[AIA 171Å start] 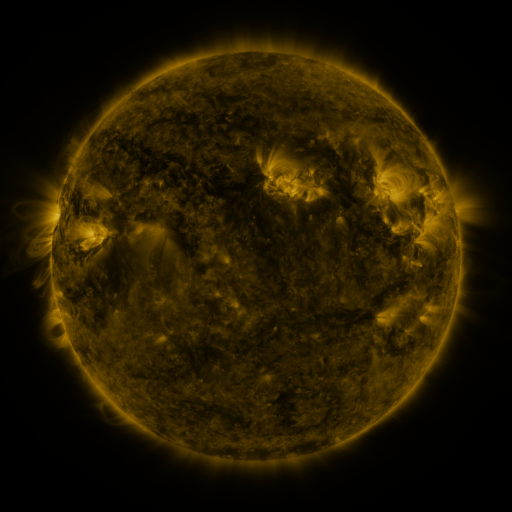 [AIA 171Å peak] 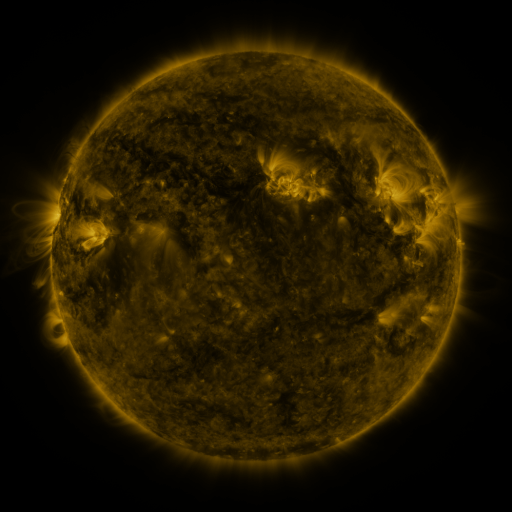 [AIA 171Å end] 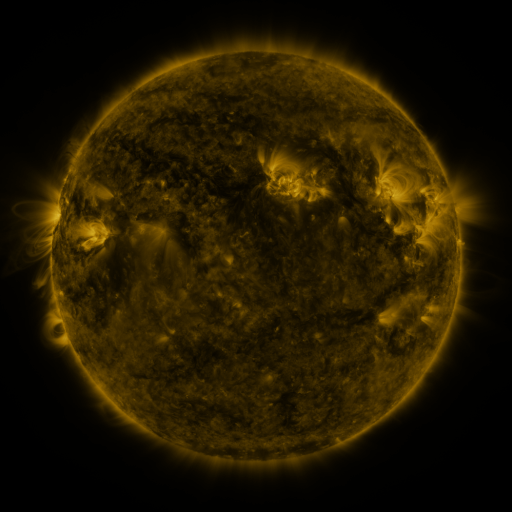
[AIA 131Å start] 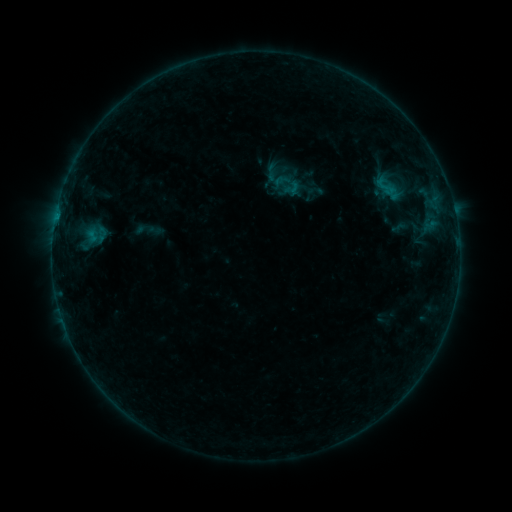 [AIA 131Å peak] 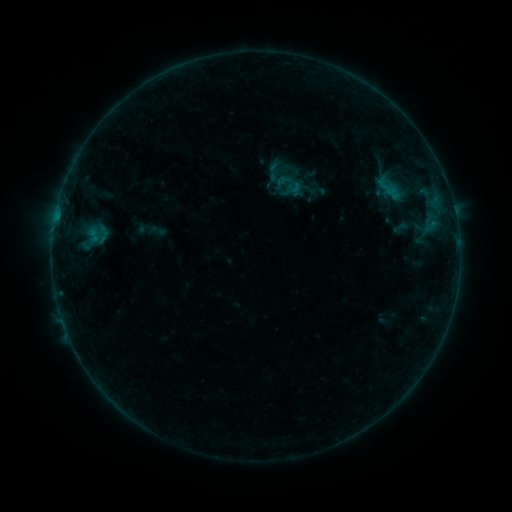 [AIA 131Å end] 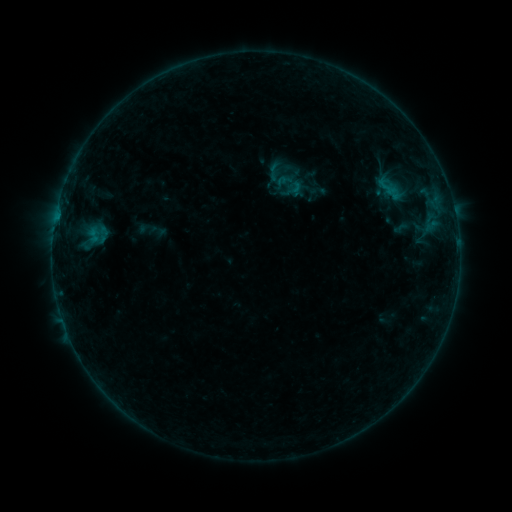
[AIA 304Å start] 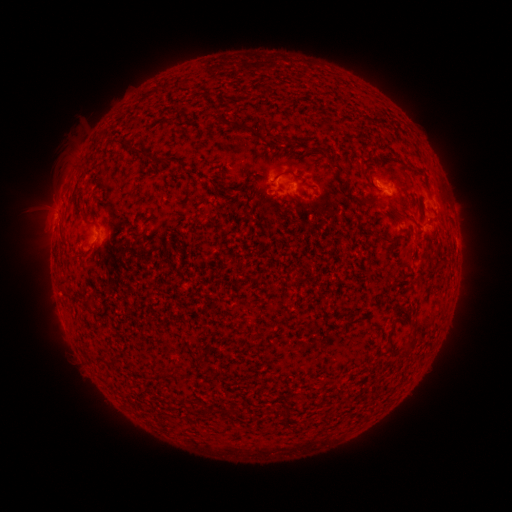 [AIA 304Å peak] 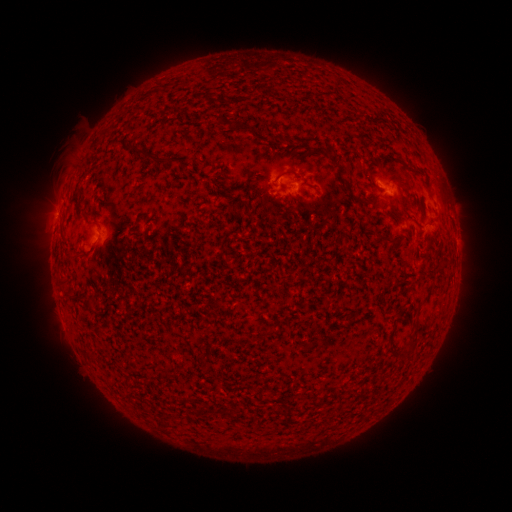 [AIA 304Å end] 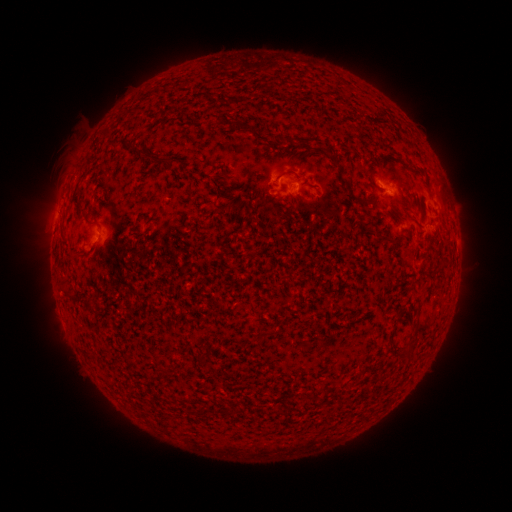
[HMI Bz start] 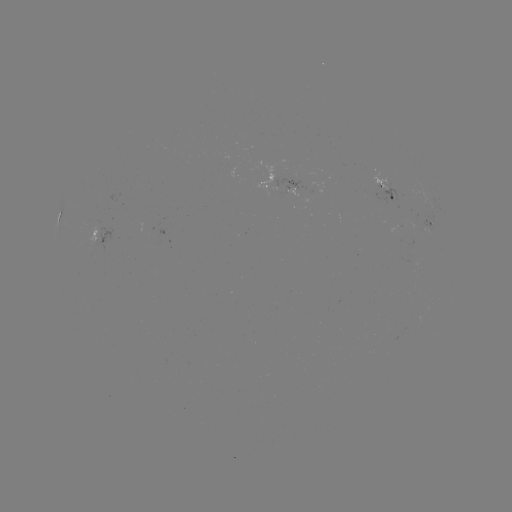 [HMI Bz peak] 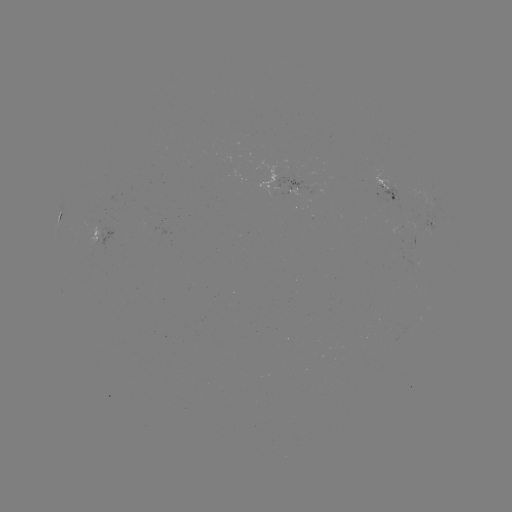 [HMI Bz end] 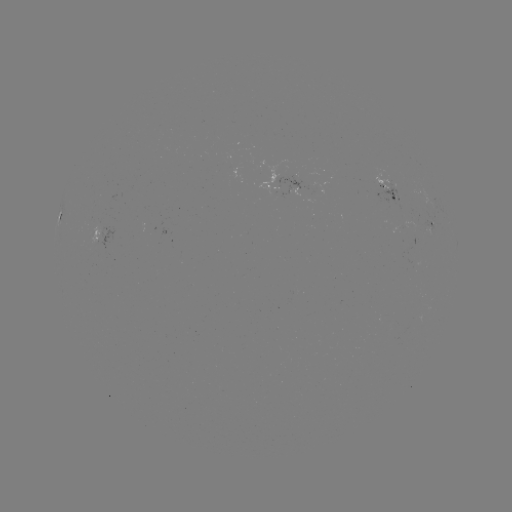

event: emerging-flux region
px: (315, 188)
